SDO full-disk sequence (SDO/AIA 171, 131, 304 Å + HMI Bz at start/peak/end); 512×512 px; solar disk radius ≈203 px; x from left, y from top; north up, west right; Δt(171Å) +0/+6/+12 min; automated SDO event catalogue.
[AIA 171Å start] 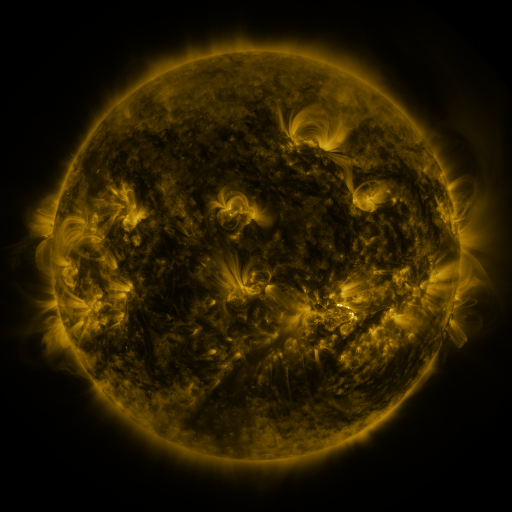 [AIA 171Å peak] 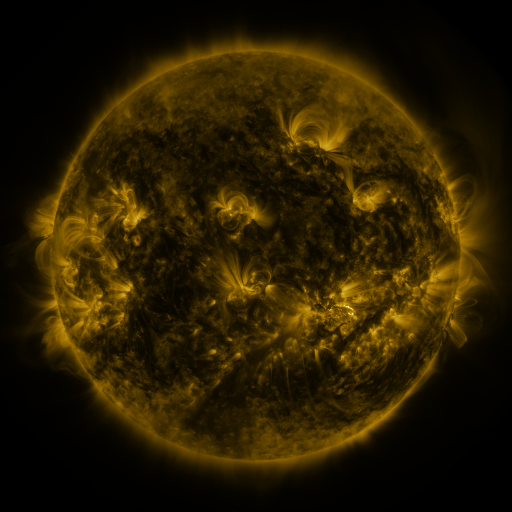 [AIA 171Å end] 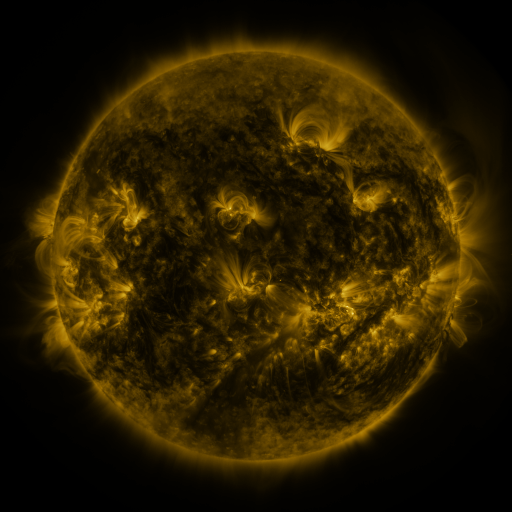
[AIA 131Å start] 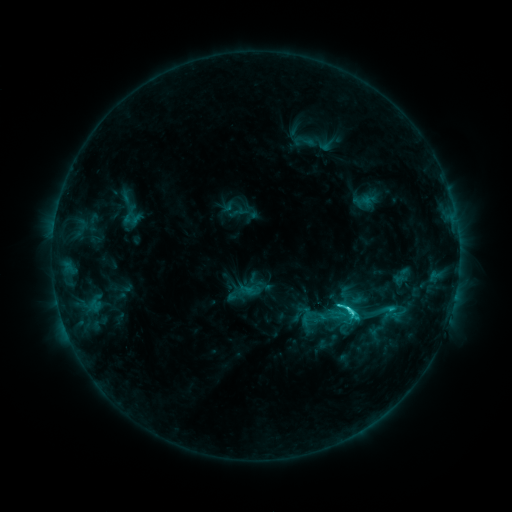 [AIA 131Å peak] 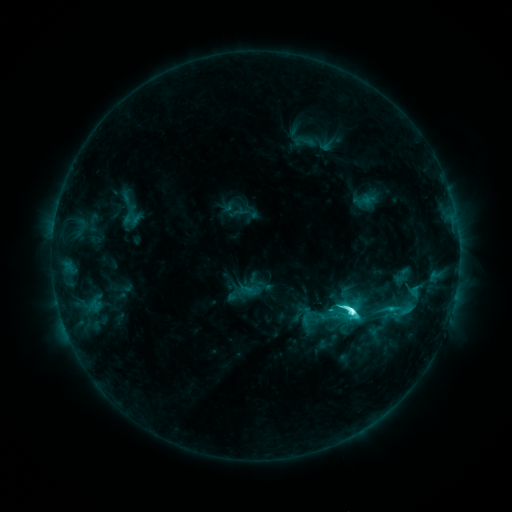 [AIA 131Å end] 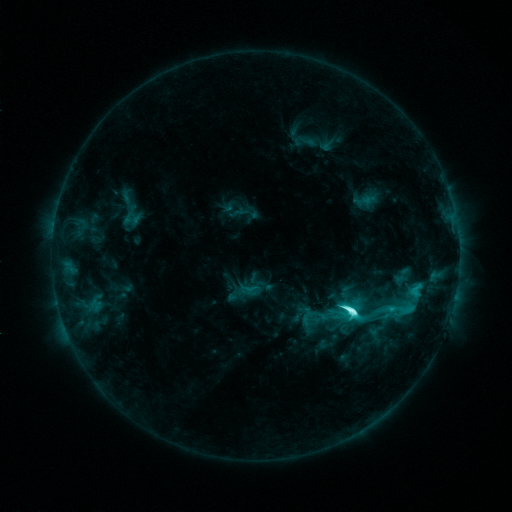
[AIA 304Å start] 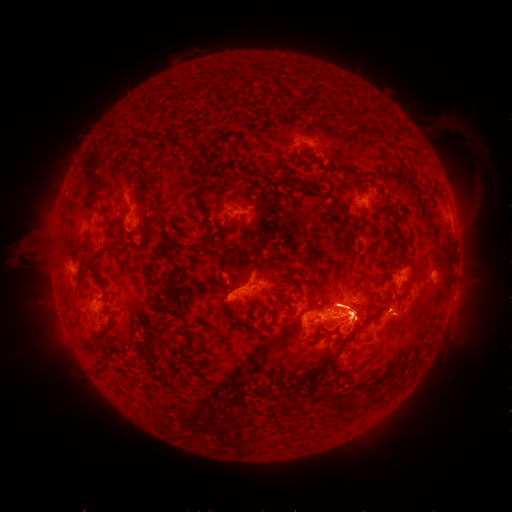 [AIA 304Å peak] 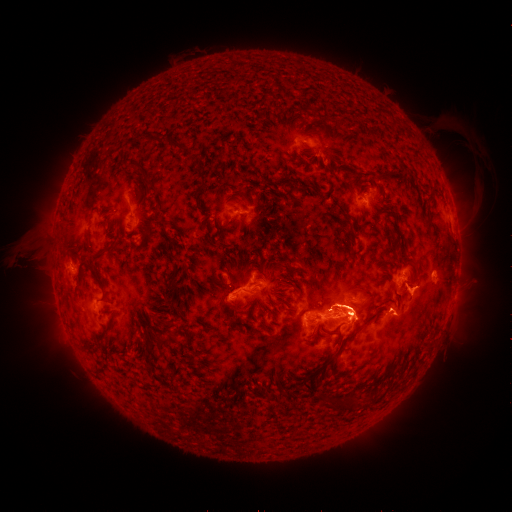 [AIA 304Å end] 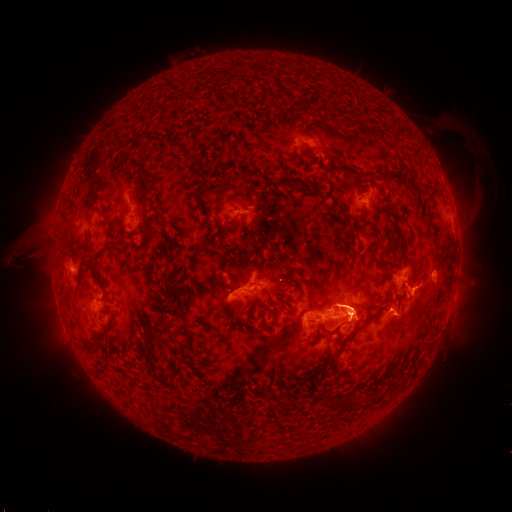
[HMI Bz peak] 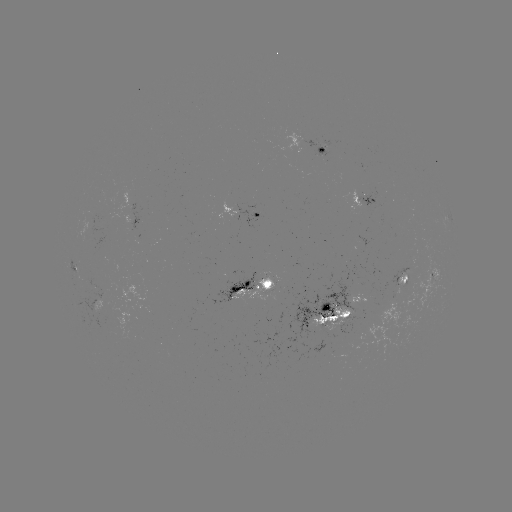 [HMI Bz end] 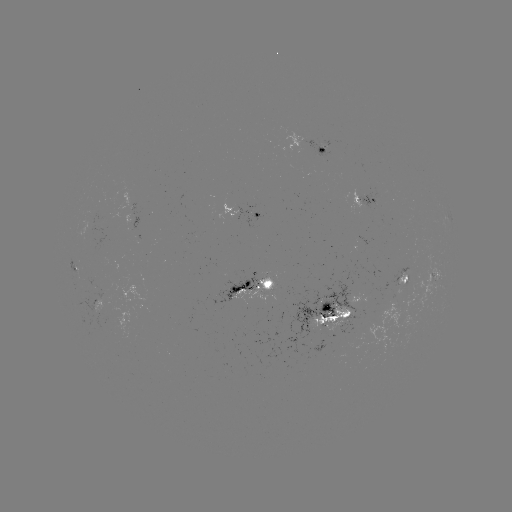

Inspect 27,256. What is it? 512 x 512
eruption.